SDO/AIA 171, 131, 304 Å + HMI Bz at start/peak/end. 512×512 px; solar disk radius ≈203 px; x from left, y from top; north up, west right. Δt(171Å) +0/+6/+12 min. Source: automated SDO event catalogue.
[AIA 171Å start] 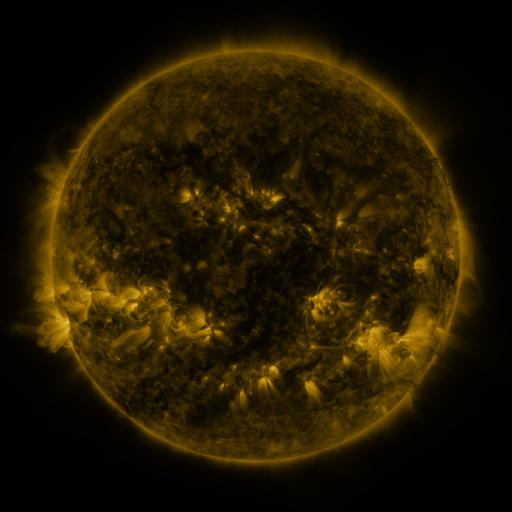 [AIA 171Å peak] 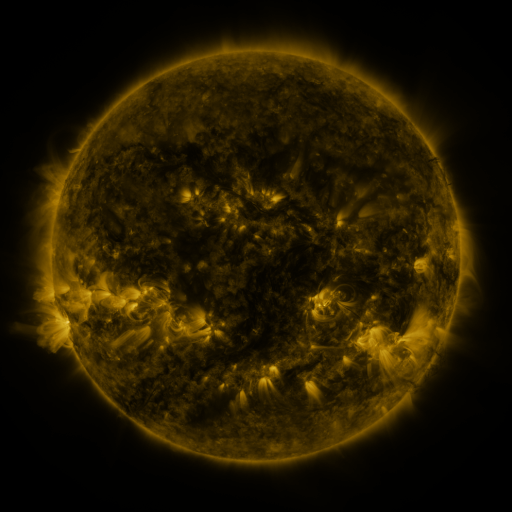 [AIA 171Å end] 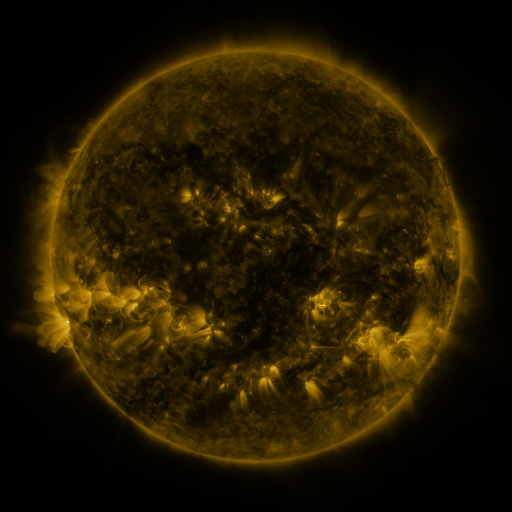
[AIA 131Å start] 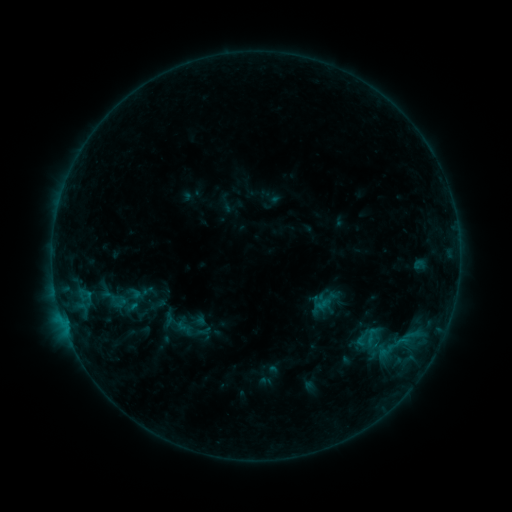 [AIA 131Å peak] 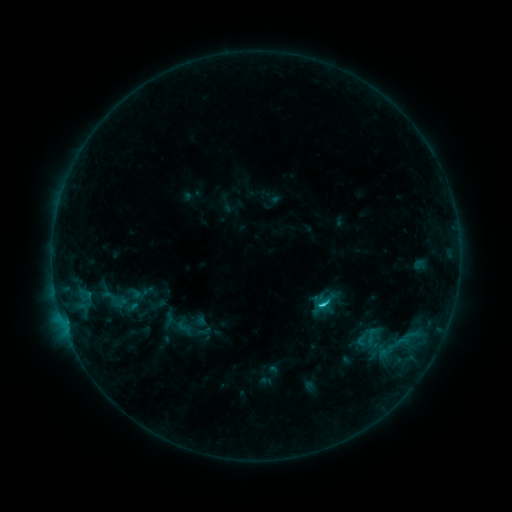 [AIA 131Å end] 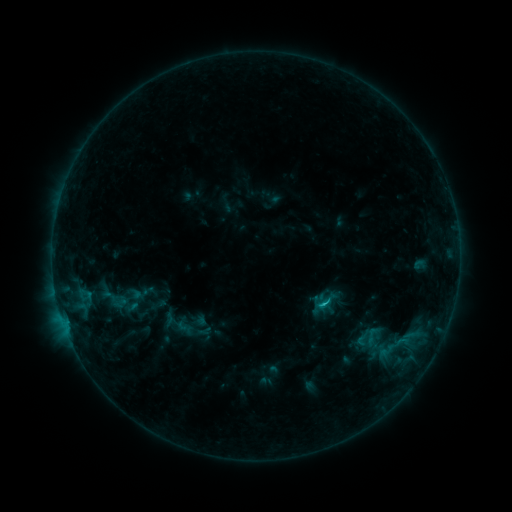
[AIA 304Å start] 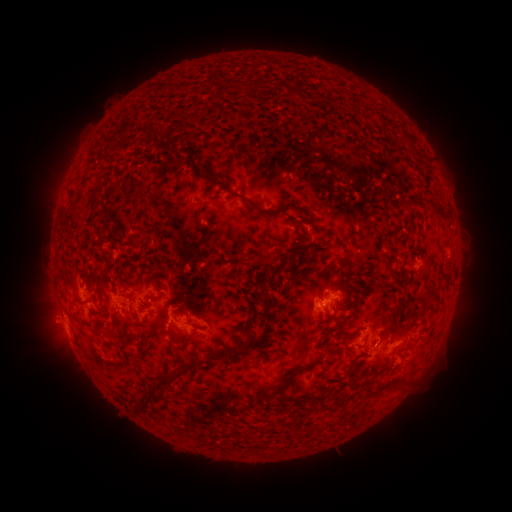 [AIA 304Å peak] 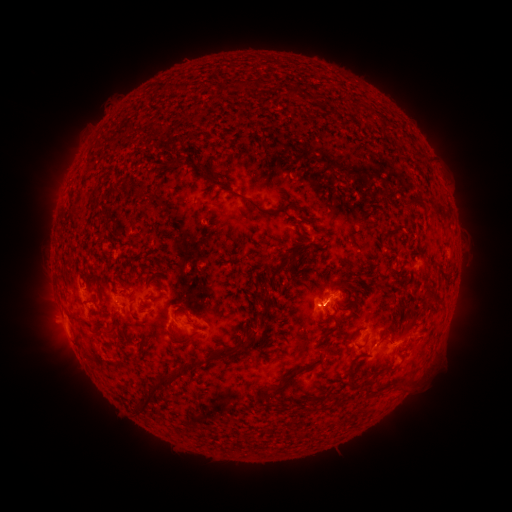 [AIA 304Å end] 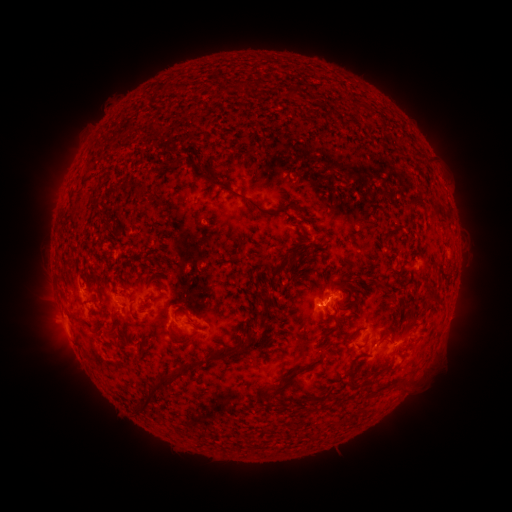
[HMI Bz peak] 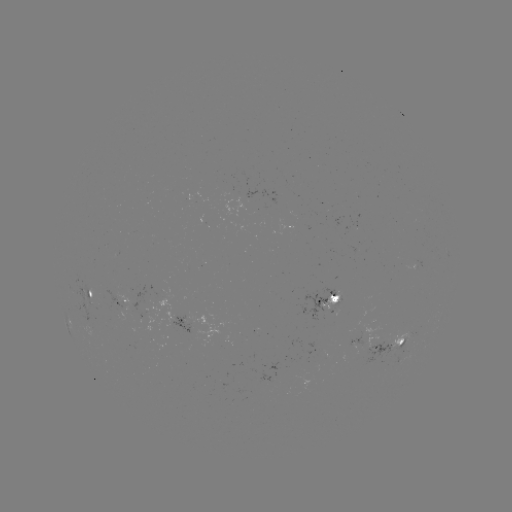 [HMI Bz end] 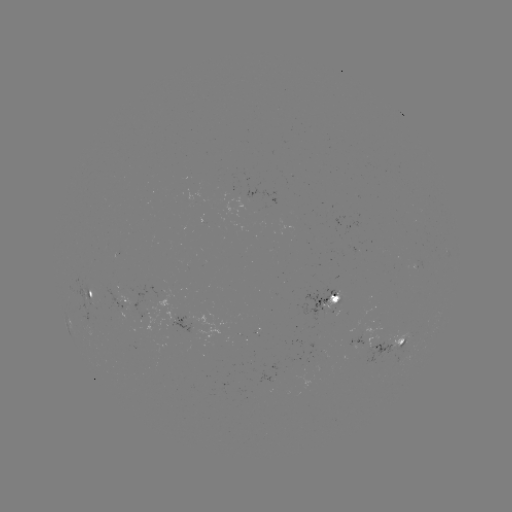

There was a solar flare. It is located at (321, 303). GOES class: C1.3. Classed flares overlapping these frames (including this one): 1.